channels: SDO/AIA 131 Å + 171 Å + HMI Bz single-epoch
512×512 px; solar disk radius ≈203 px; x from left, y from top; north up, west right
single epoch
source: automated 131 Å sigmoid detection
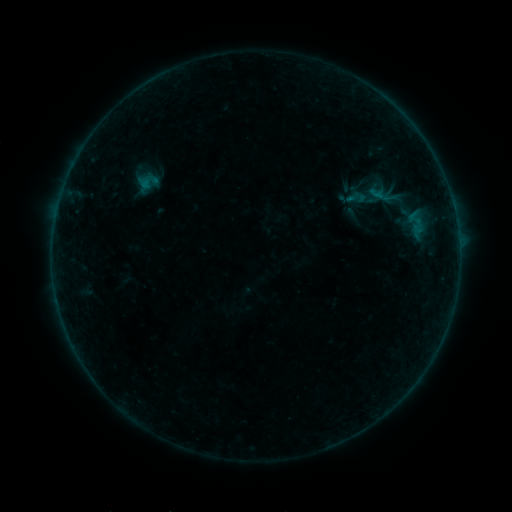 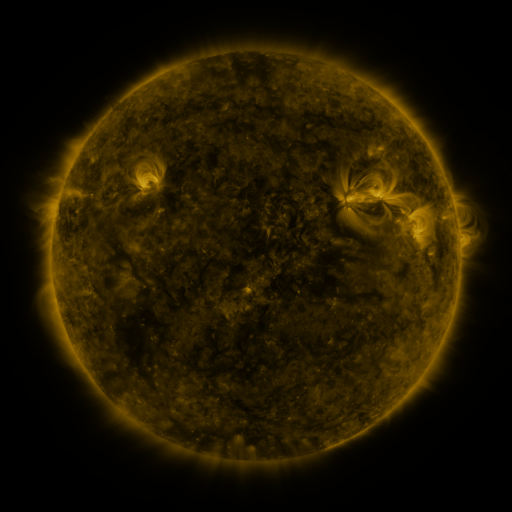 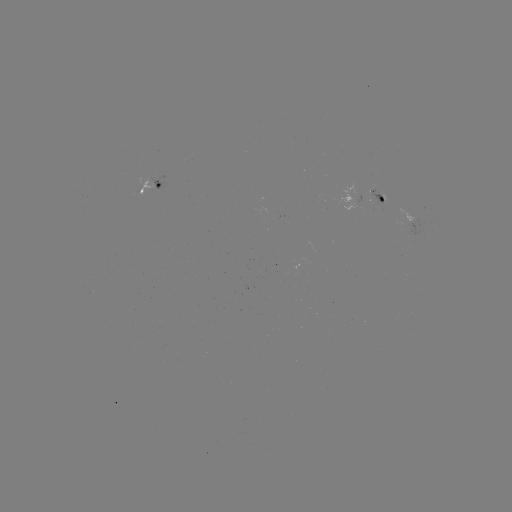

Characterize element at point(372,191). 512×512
sigmoid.